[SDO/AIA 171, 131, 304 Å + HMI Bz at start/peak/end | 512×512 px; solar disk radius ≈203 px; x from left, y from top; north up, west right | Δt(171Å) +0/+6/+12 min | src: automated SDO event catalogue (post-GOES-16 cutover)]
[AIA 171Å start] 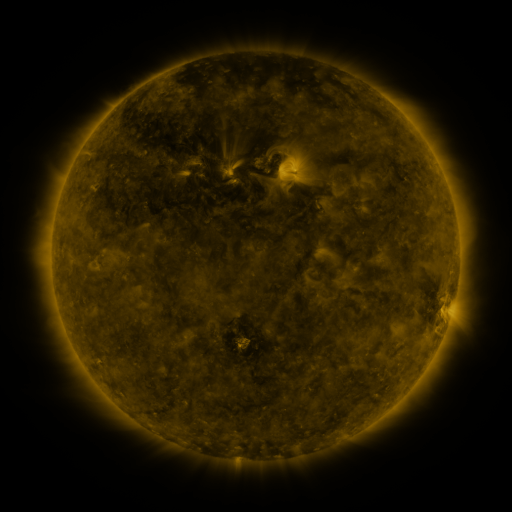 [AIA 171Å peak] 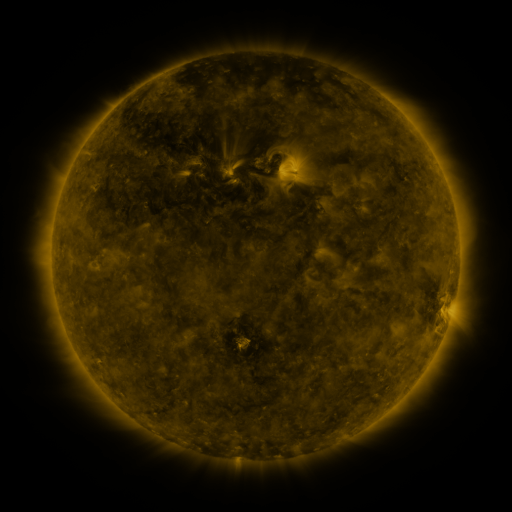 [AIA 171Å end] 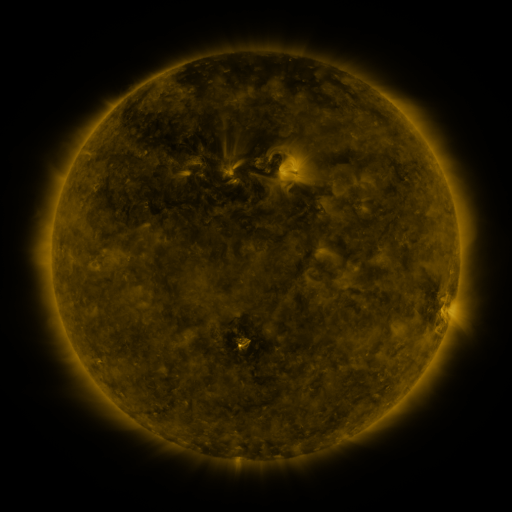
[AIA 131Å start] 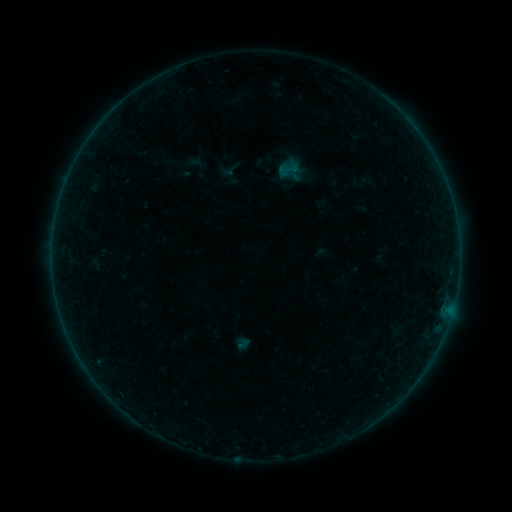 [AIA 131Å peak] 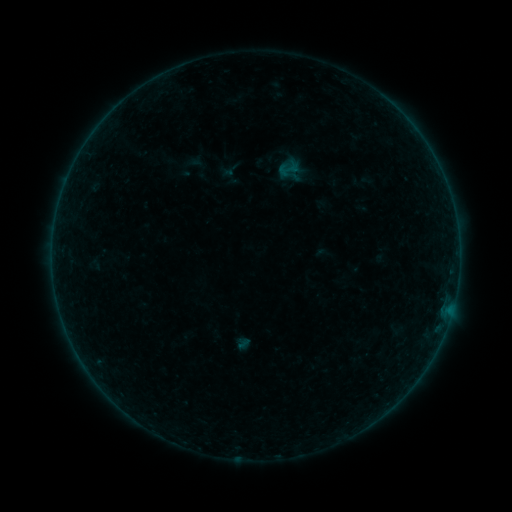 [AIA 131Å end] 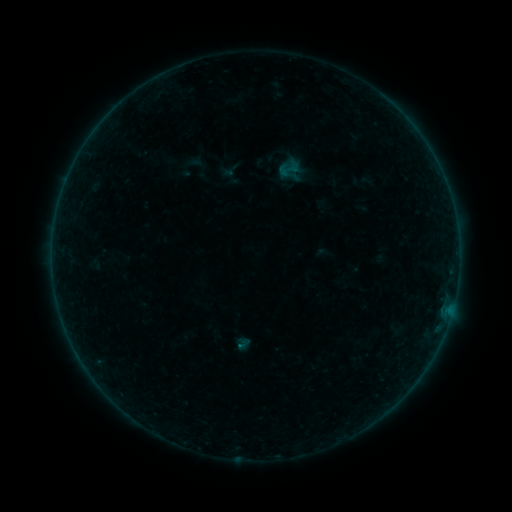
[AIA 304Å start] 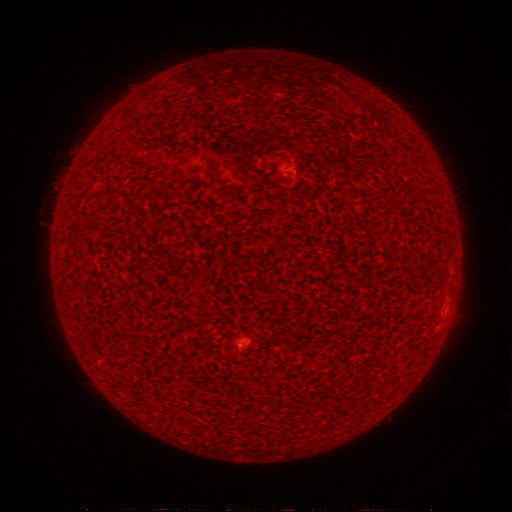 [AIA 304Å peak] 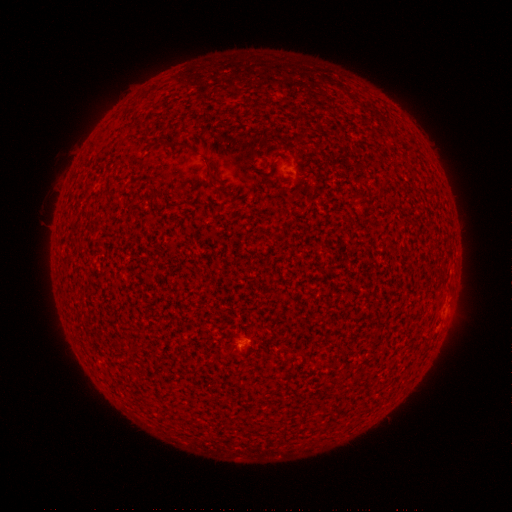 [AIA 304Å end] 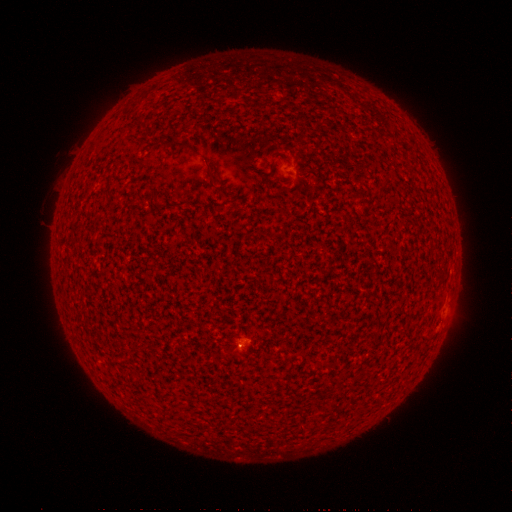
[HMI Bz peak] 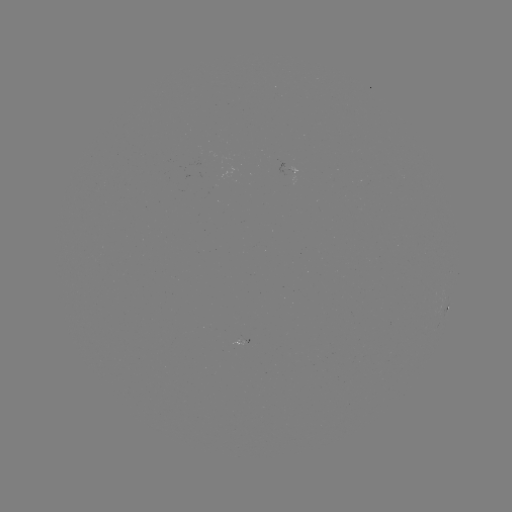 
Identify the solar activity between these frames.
A2.8 flare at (242, 335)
